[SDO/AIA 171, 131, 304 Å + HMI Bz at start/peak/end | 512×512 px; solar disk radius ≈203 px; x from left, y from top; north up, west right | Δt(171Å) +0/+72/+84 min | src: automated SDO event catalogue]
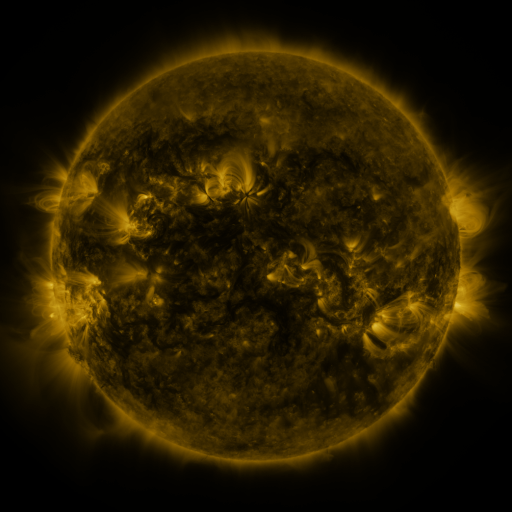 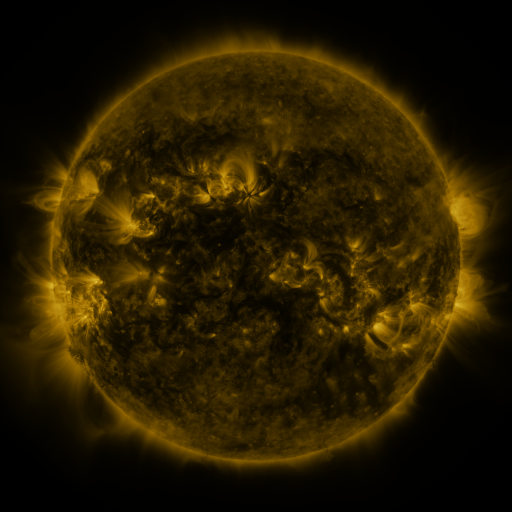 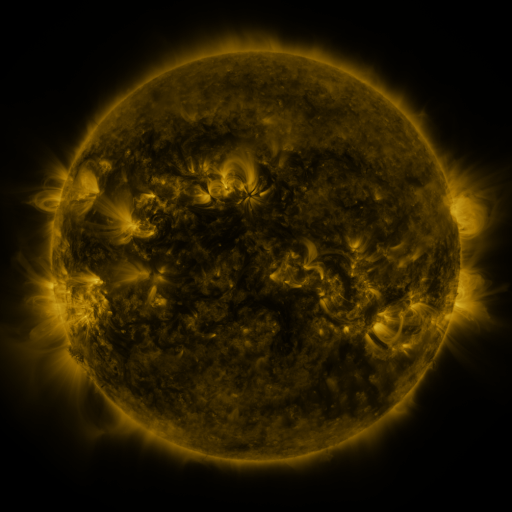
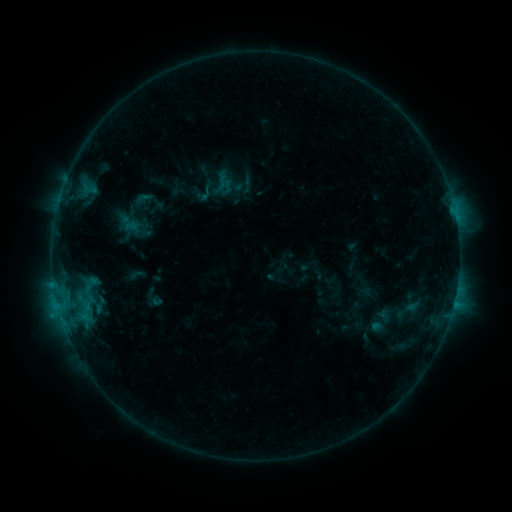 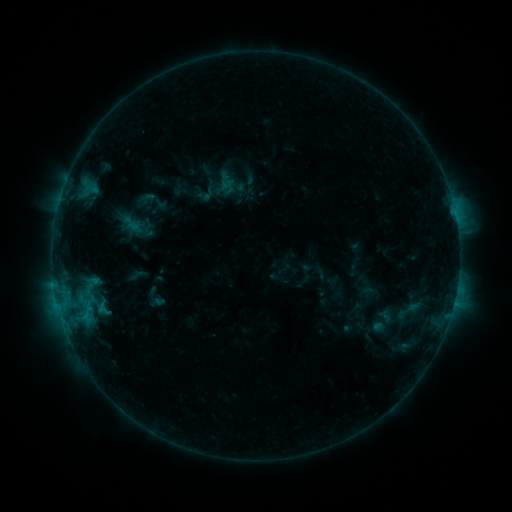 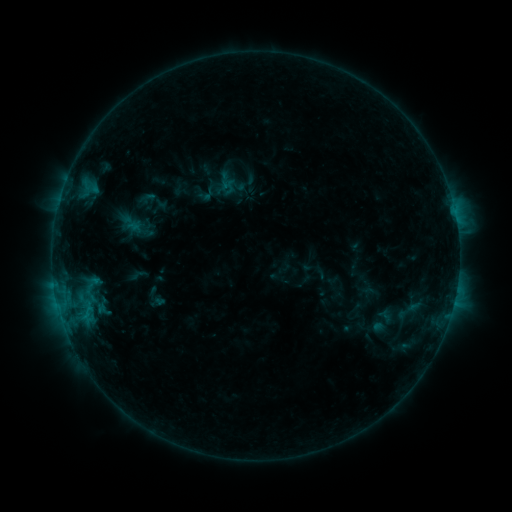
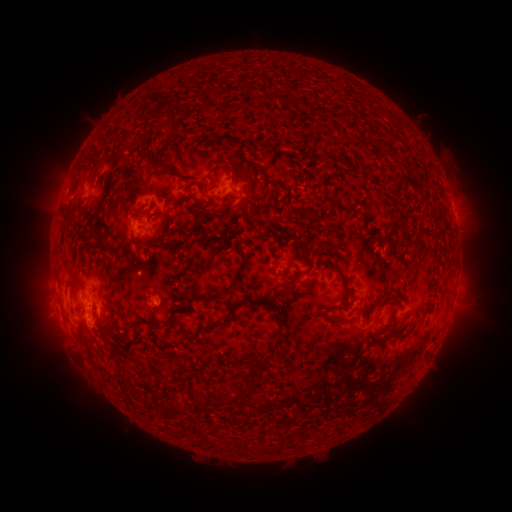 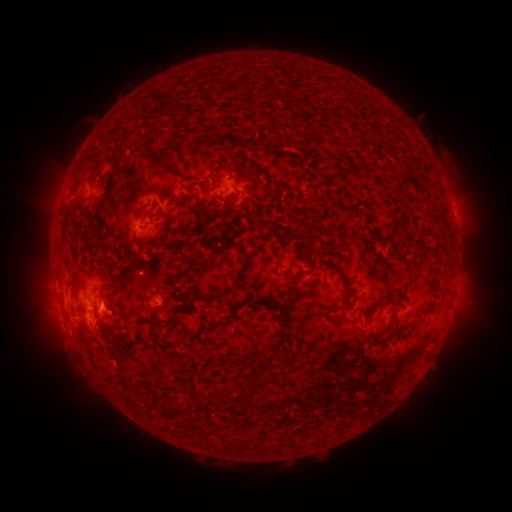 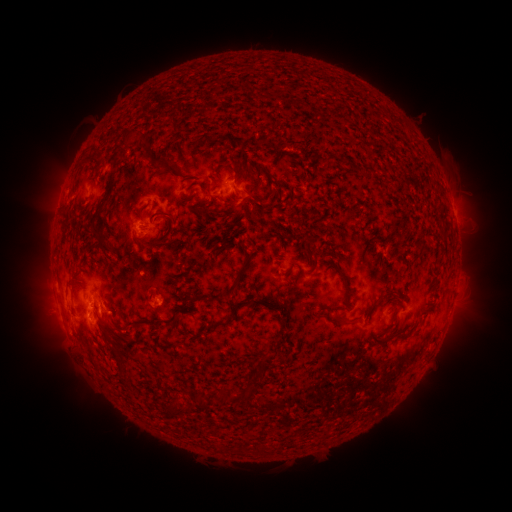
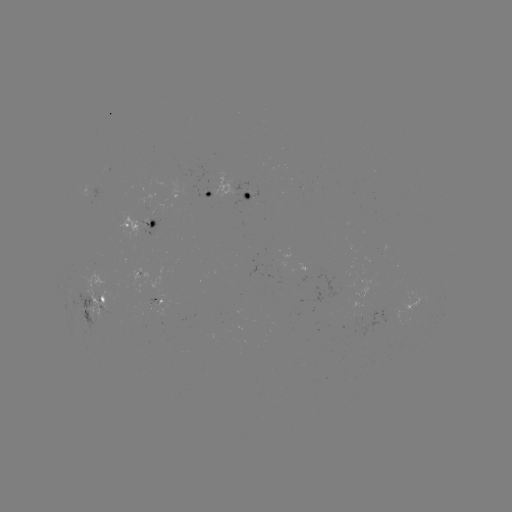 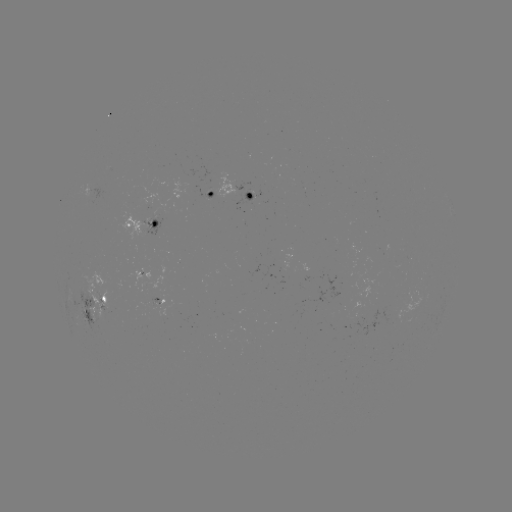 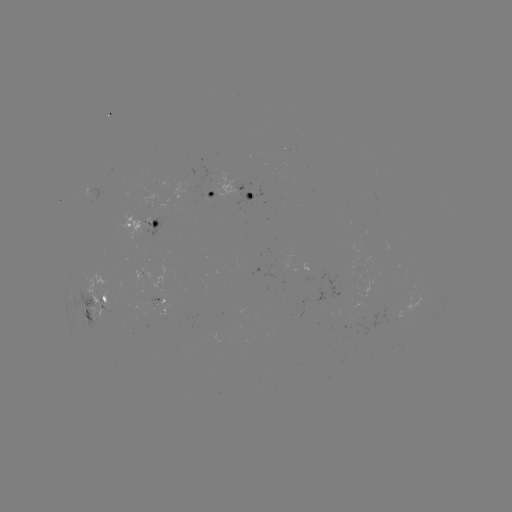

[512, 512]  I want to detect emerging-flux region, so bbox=[186, 183, 211, 199].